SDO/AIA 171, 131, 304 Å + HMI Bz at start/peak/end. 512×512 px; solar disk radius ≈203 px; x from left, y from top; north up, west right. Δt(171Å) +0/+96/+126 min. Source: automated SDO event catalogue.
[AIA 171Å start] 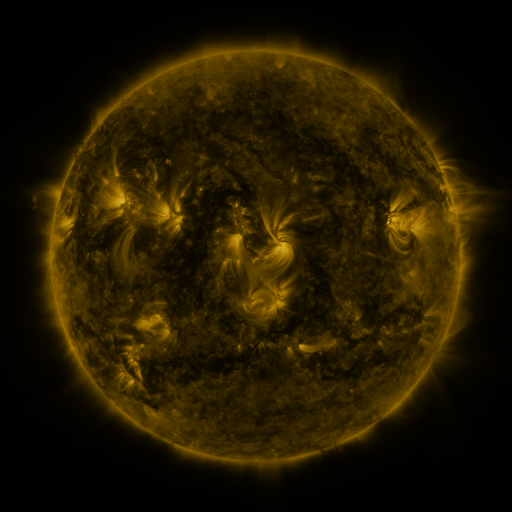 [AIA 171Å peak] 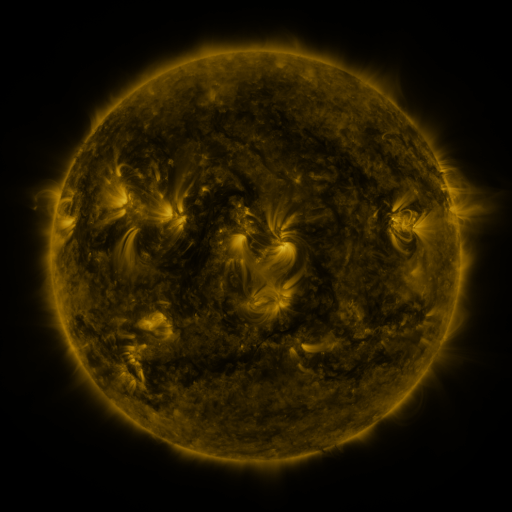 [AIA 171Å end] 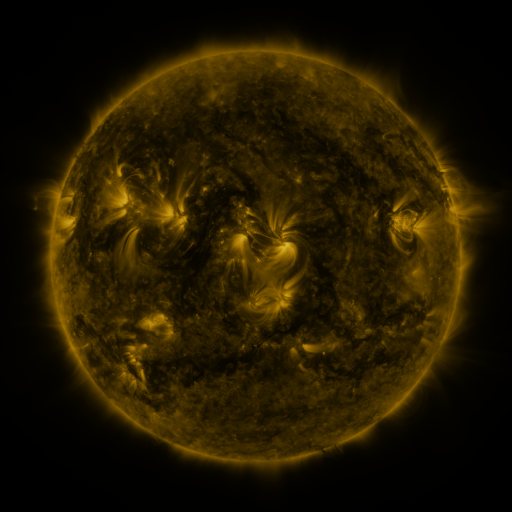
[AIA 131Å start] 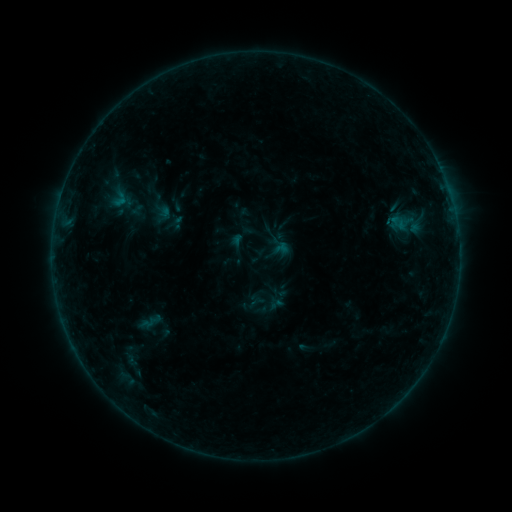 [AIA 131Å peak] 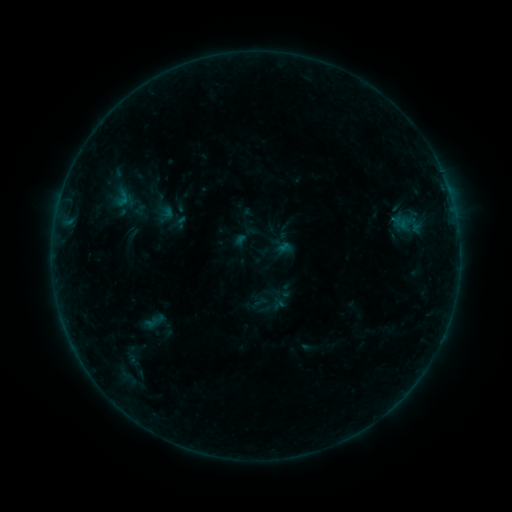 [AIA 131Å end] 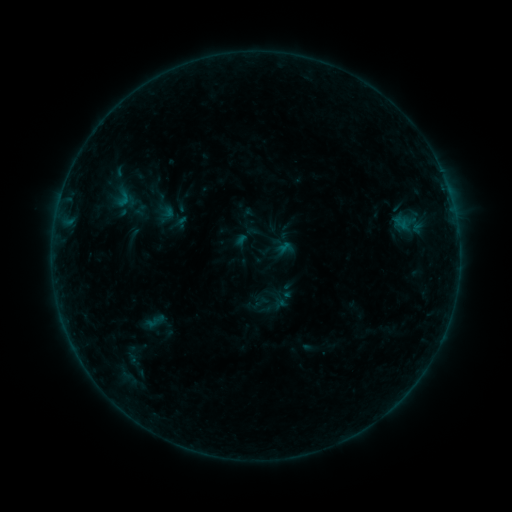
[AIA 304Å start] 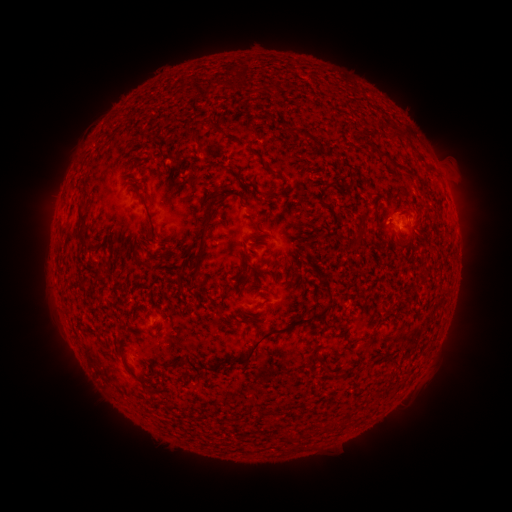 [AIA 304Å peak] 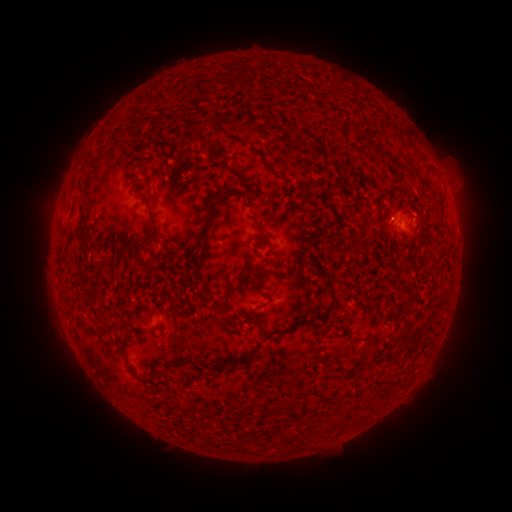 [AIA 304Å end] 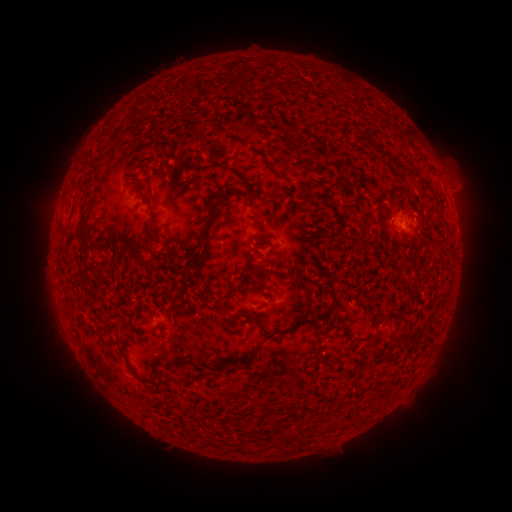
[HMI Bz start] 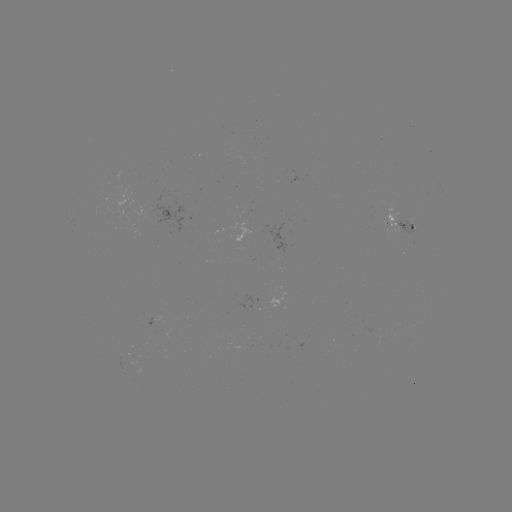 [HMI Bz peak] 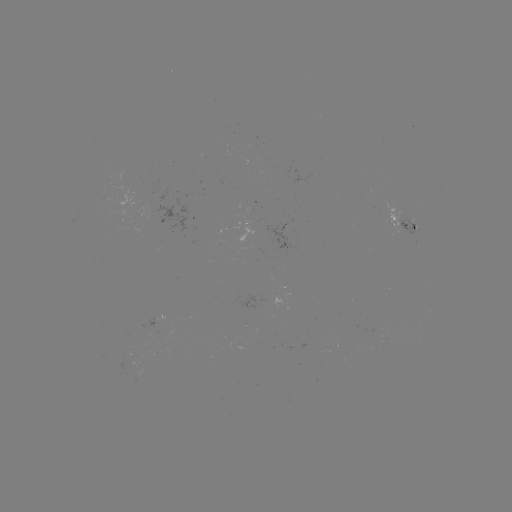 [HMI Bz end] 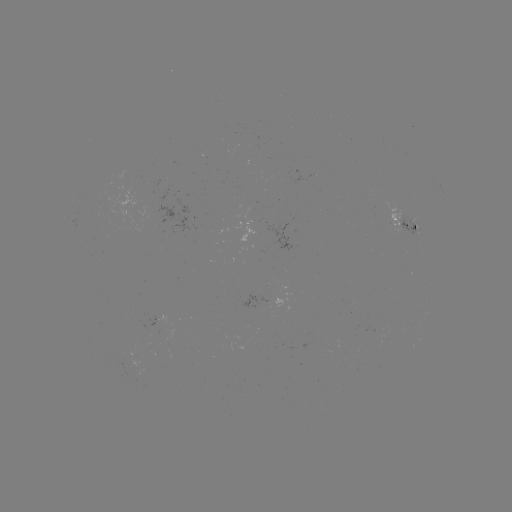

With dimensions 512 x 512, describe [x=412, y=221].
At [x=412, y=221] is emerging-flux region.